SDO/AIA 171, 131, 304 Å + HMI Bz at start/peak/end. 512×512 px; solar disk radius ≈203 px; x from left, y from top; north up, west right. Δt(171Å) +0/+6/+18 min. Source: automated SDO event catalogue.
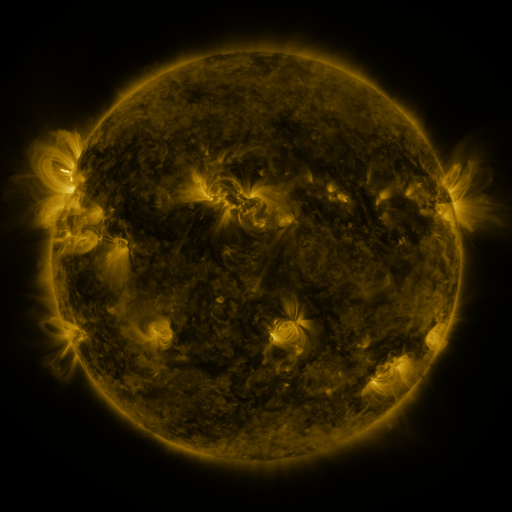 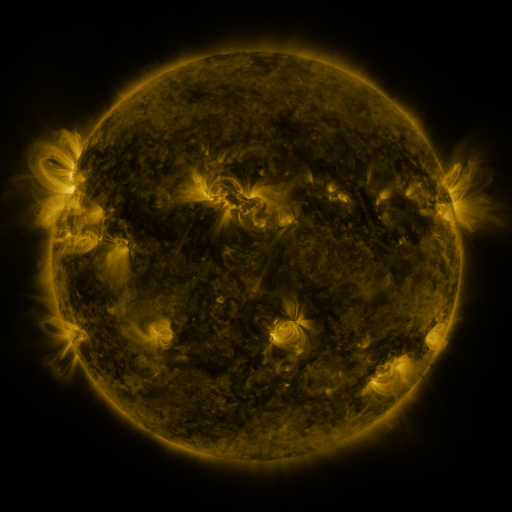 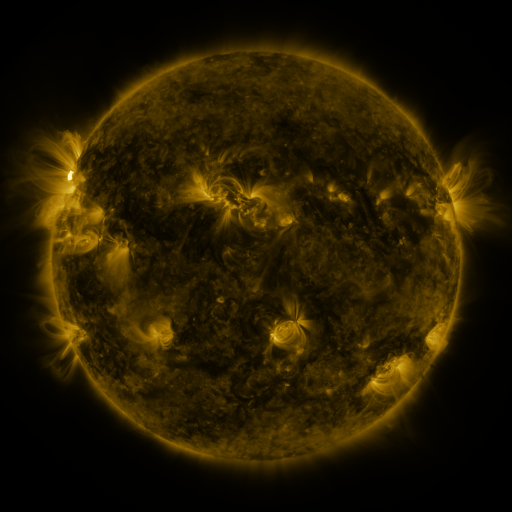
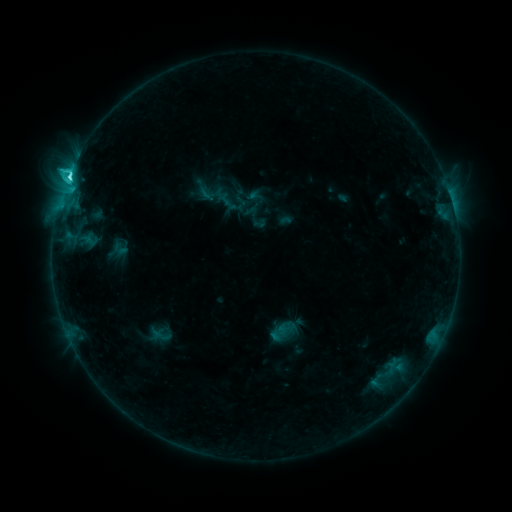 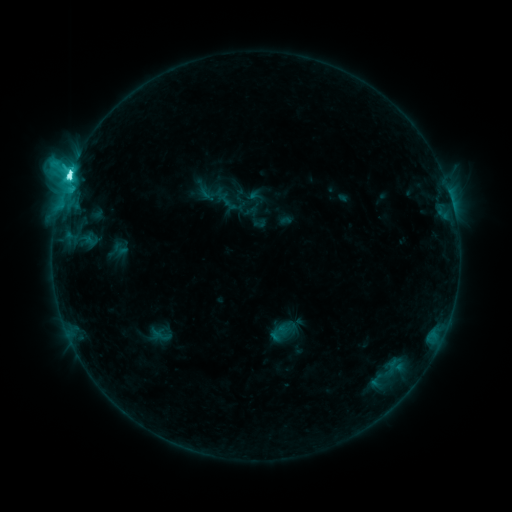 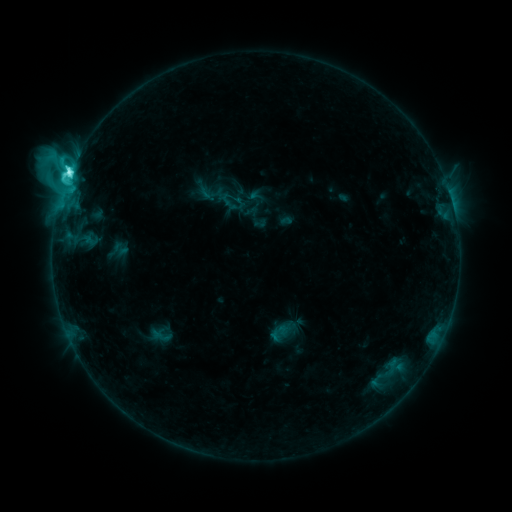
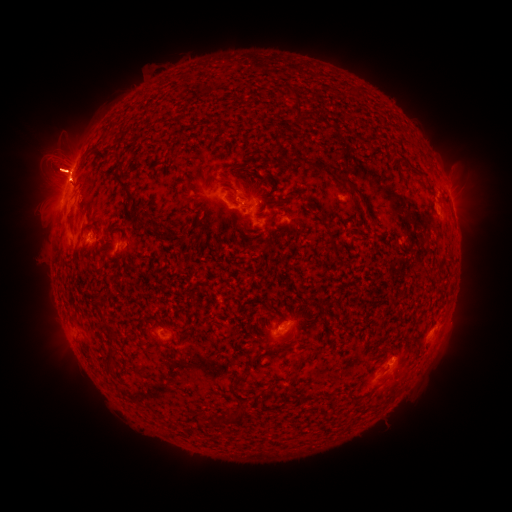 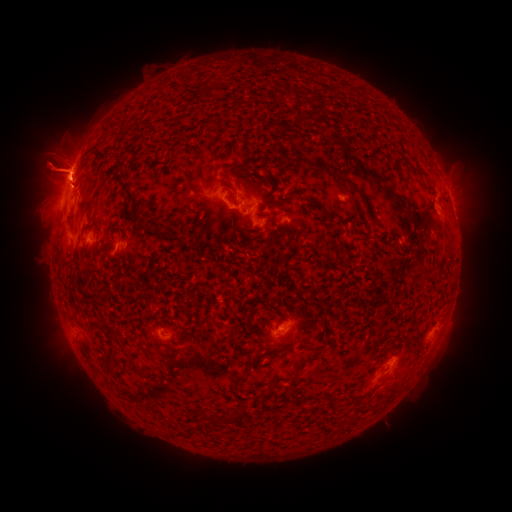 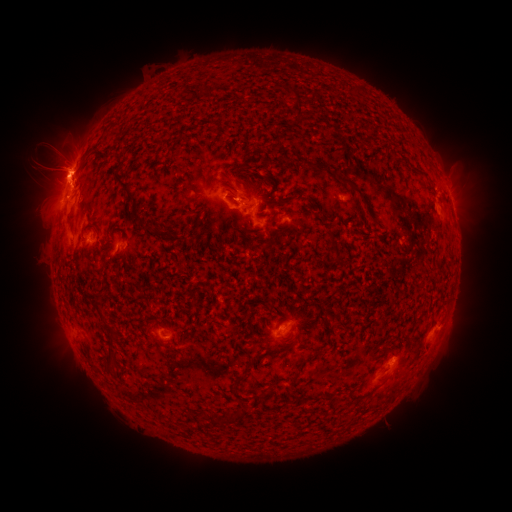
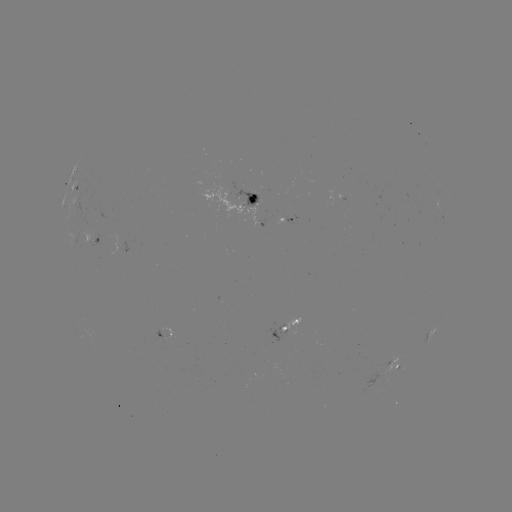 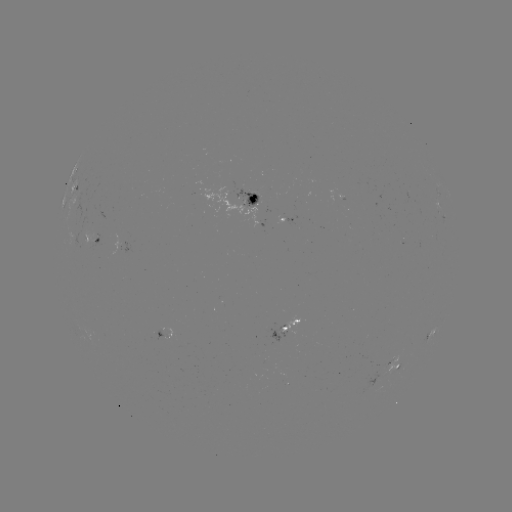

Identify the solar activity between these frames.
eruption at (487, 168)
